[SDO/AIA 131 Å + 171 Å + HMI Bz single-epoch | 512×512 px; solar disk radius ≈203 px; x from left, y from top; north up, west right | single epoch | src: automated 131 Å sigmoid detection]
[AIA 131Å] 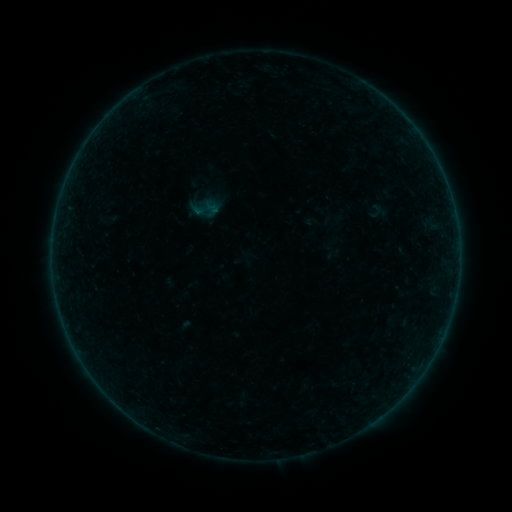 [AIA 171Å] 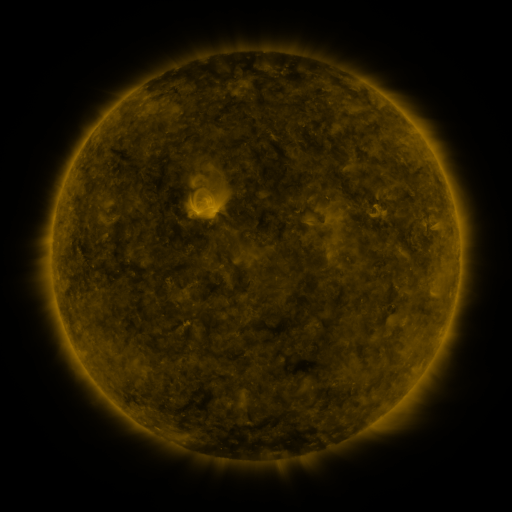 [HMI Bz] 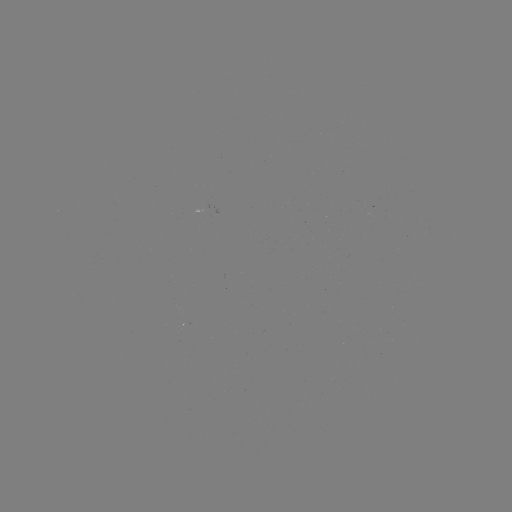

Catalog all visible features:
sigmoid: (202, 199, 221, 218)
